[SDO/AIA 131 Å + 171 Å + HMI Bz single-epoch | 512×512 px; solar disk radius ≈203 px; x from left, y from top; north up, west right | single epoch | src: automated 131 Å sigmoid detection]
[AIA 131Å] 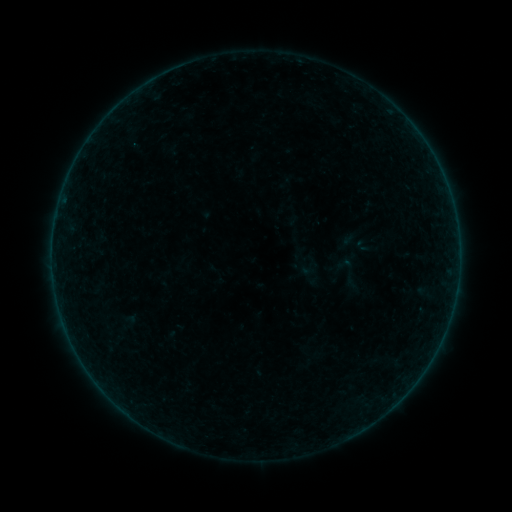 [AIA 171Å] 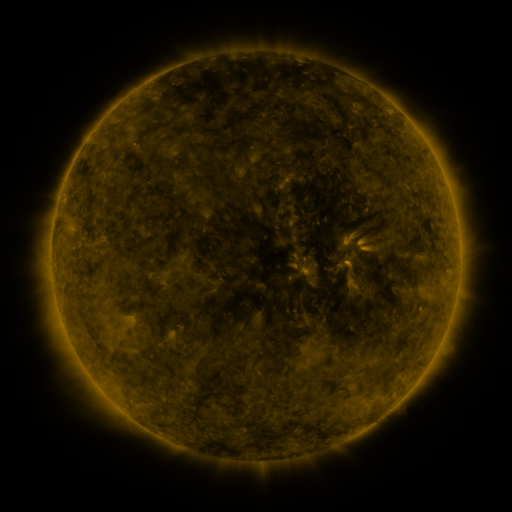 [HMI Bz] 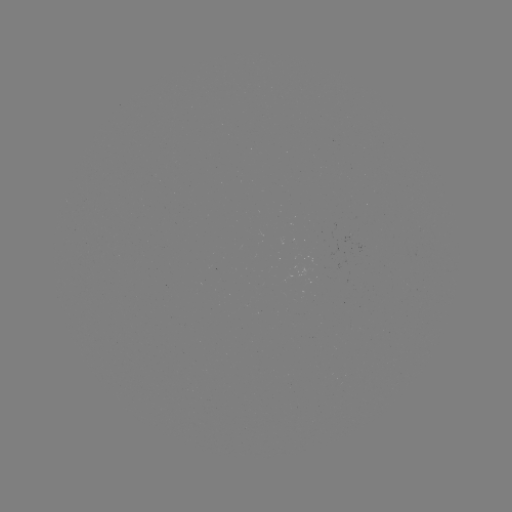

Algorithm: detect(sigmoid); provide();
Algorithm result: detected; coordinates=(344, 264)